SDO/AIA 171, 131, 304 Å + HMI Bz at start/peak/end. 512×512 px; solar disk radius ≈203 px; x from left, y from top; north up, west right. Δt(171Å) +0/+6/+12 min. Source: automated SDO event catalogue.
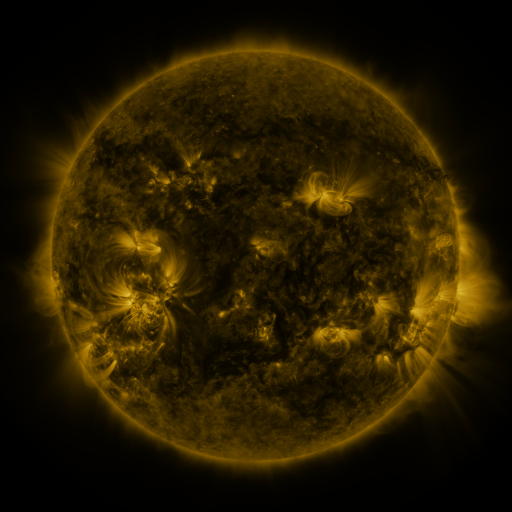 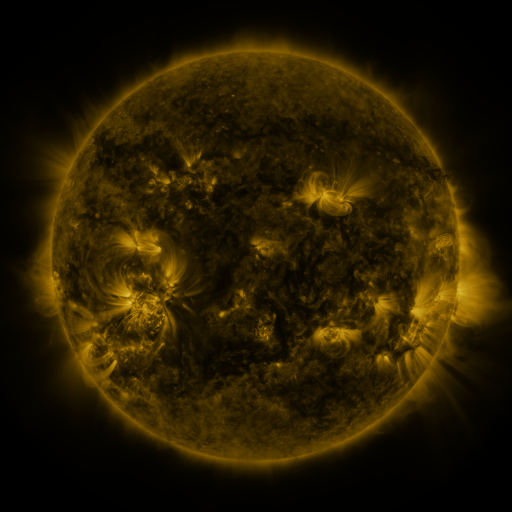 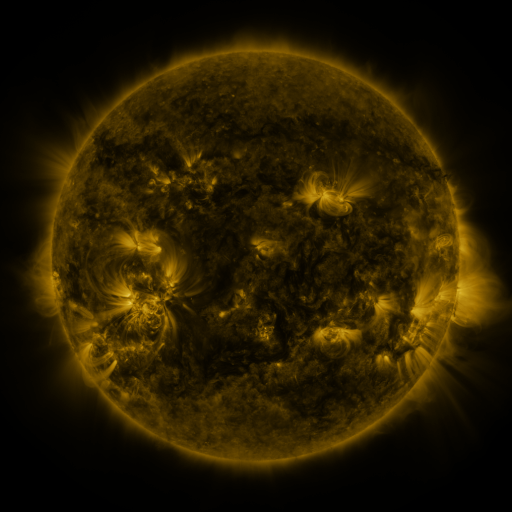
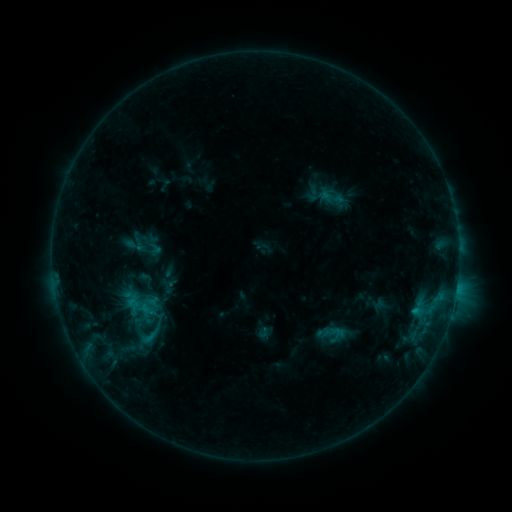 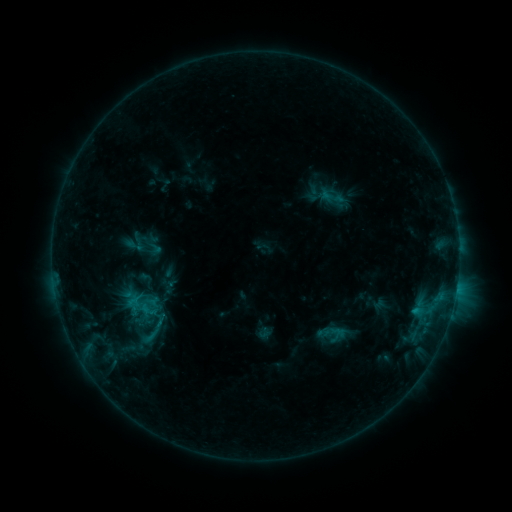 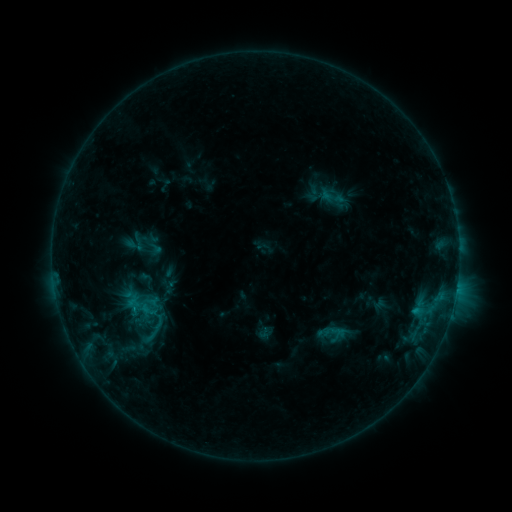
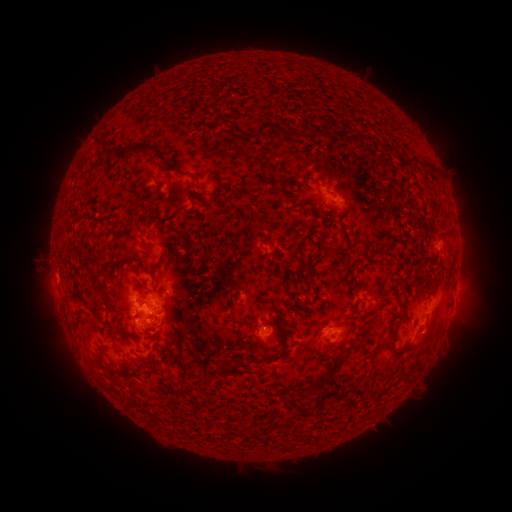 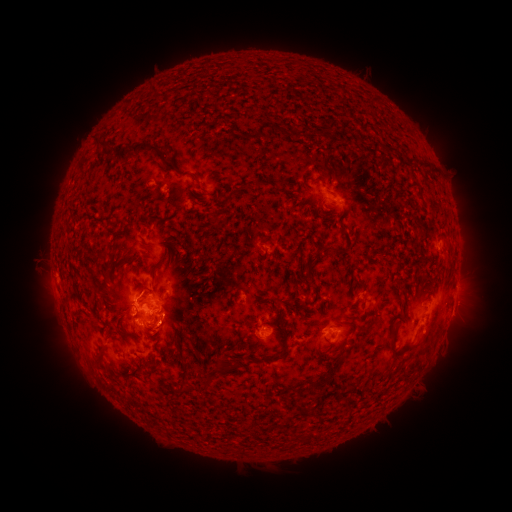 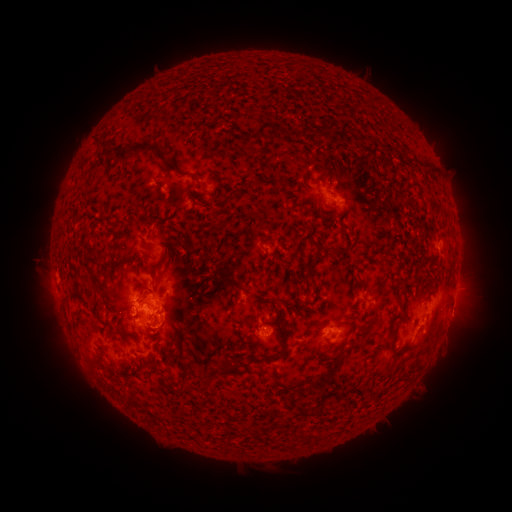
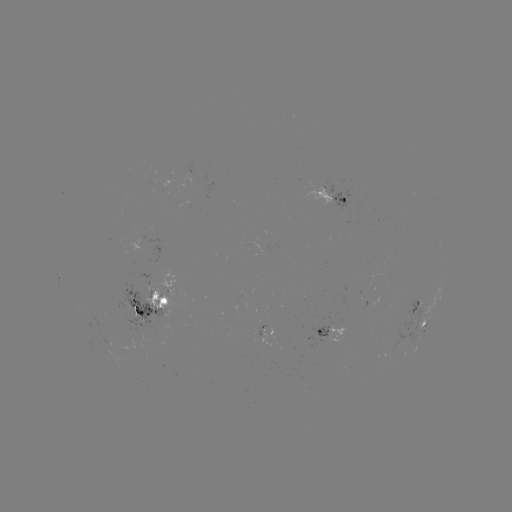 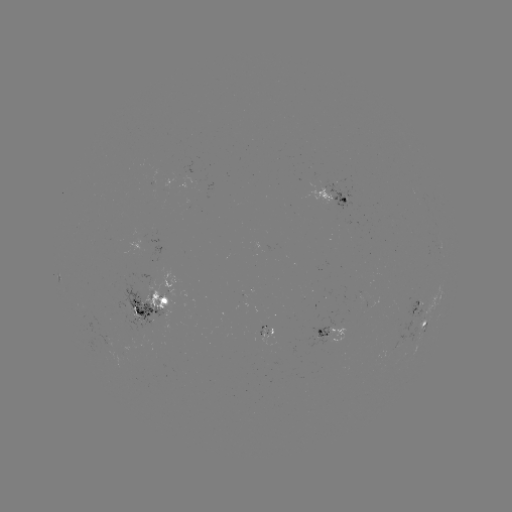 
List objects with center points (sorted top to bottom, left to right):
eruption: (168, 331)
